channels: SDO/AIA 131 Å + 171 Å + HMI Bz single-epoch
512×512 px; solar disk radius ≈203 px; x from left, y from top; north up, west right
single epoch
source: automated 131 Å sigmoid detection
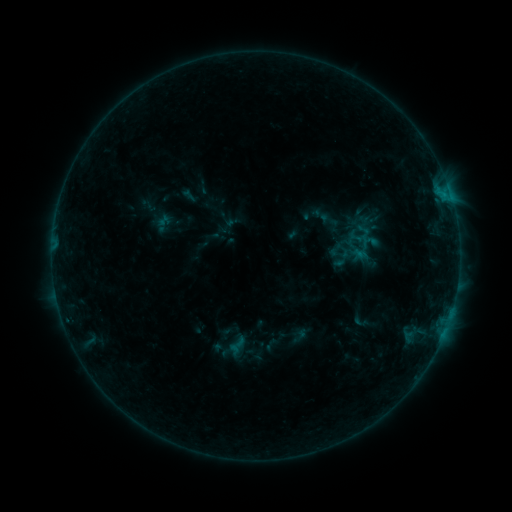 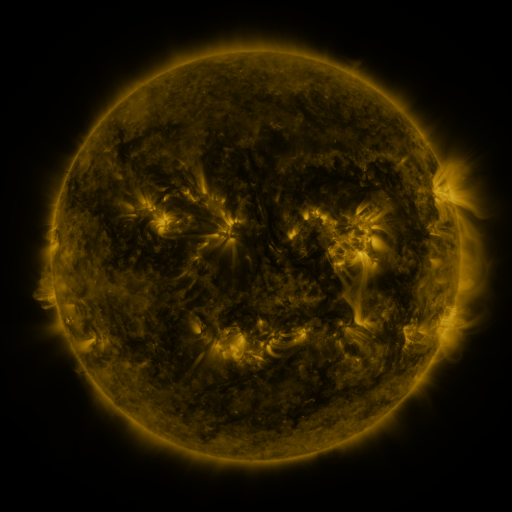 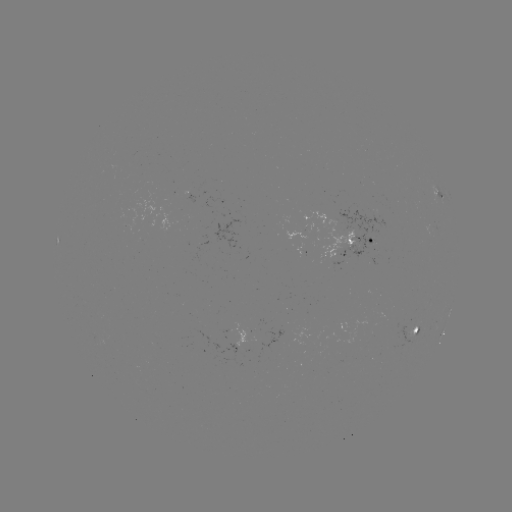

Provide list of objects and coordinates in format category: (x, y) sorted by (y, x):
sigmoid: (336, 249)
sigmoid: (237, 345)
